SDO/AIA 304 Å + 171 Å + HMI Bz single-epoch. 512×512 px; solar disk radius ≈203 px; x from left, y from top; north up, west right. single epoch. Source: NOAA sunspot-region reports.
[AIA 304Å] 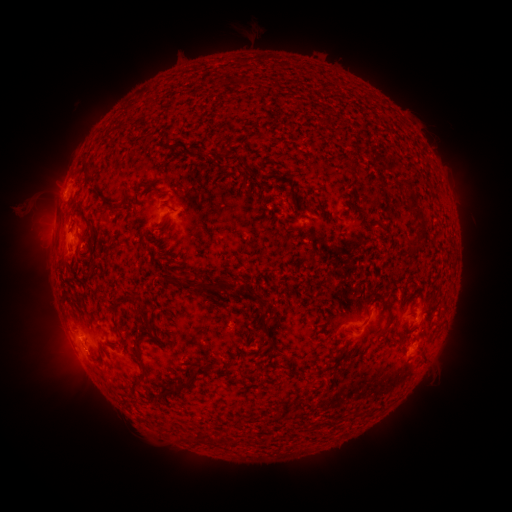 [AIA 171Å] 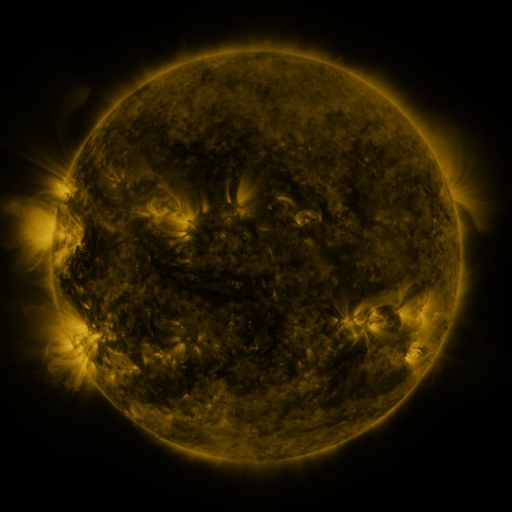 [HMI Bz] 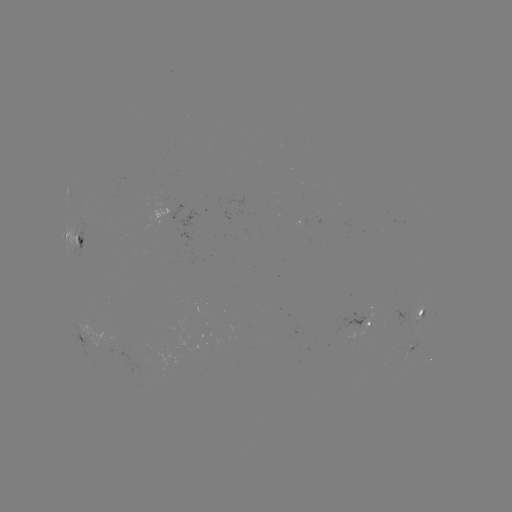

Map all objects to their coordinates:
spotted active region: (78, 232)
spotted active region: (417, 318)
spotted active region: (369, 324)
spotted active region: (89, 342)
spotted active region: (410, 353)
